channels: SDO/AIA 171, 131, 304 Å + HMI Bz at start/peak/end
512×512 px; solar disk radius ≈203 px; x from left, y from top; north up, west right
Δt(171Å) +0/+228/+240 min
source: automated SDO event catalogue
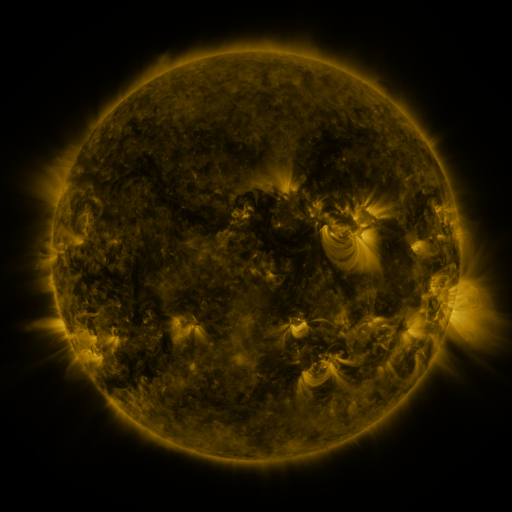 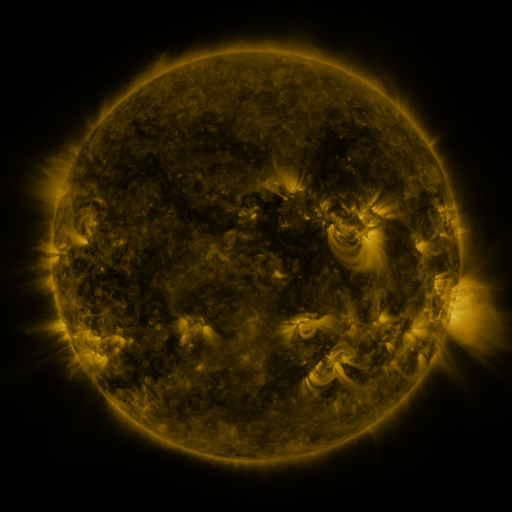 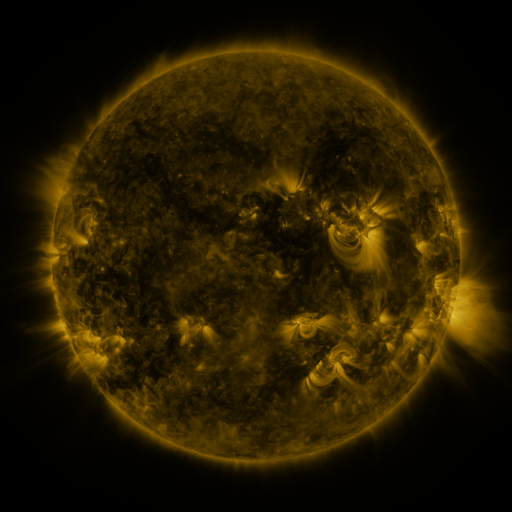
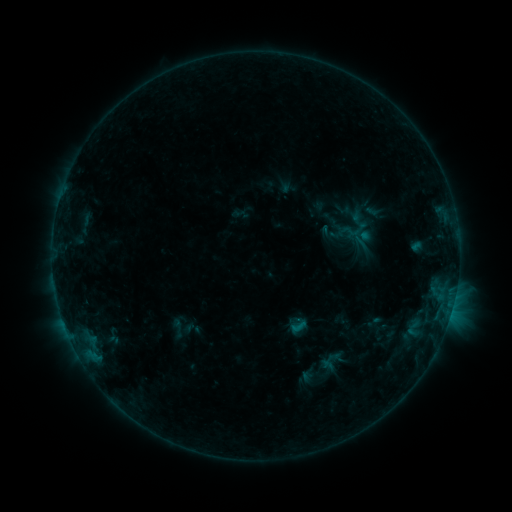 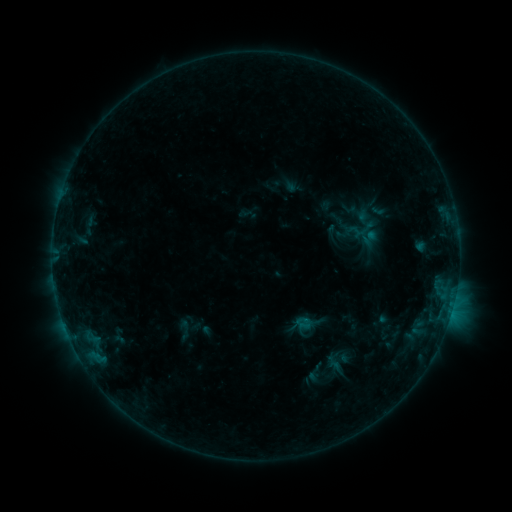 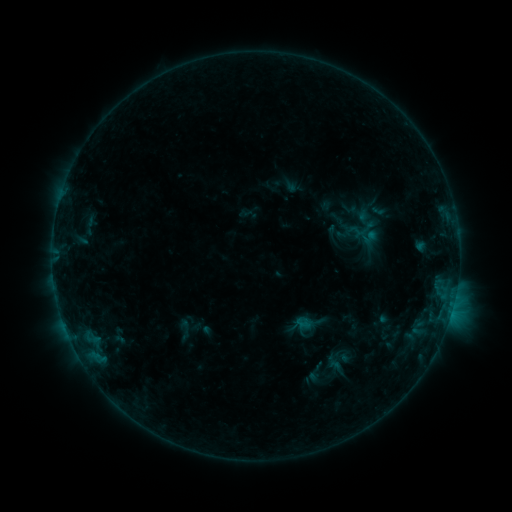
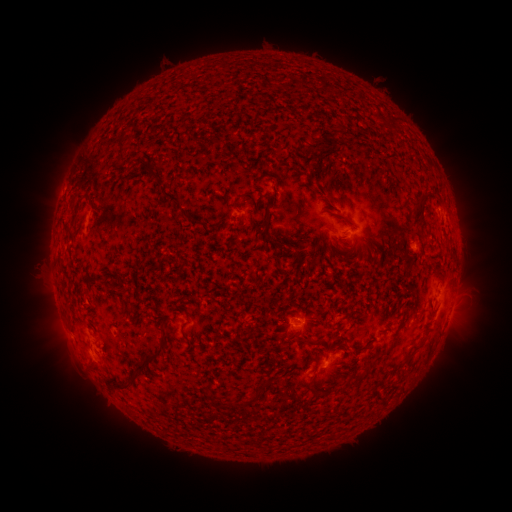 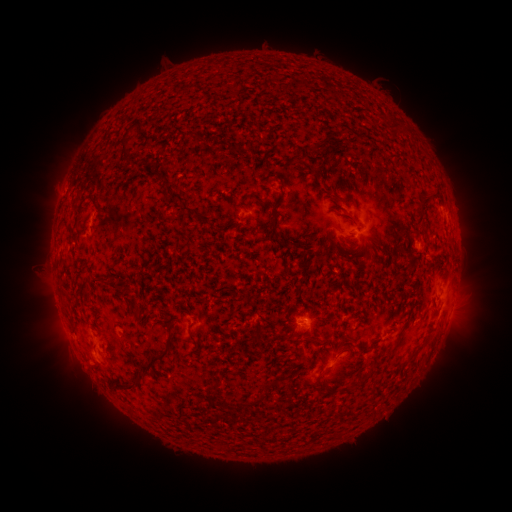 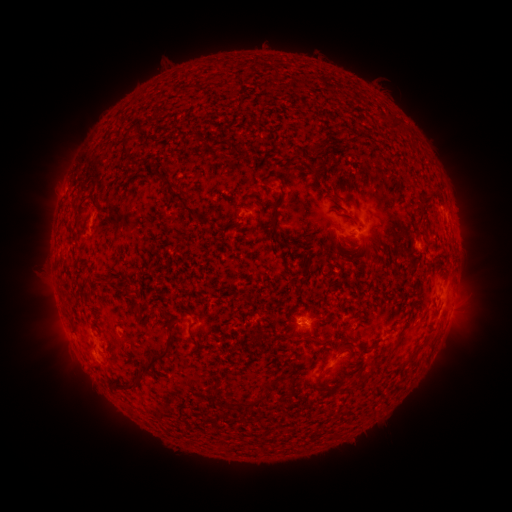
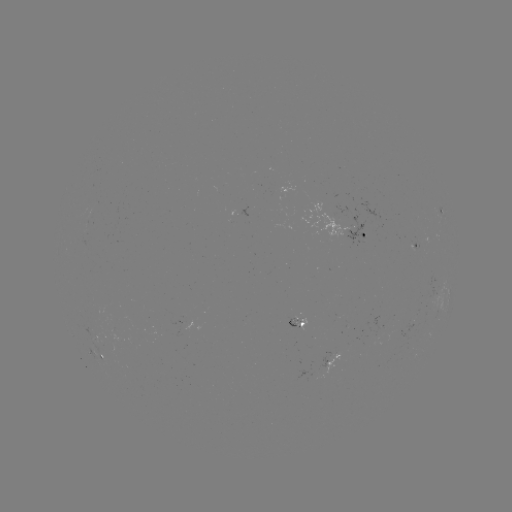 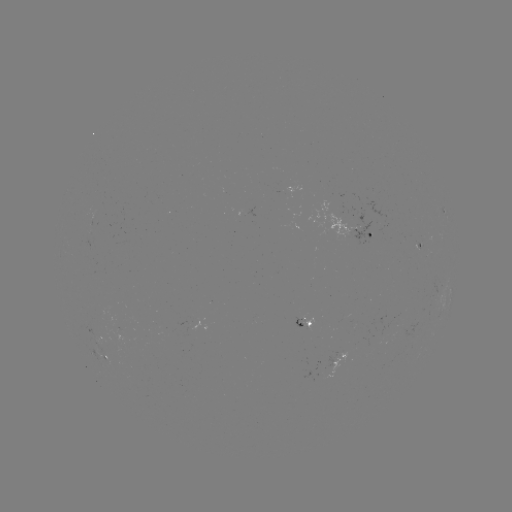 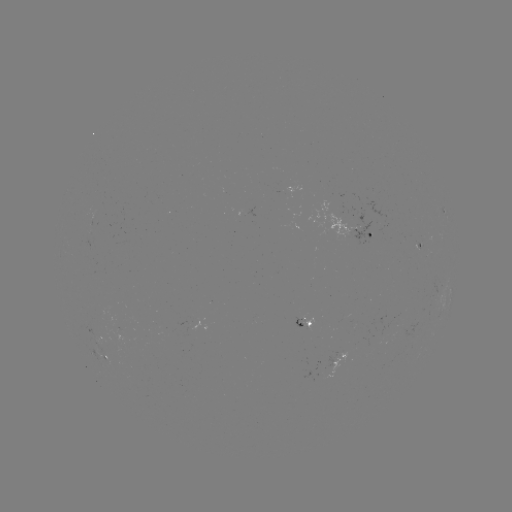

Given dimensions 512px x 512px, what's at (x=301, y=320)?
emerging-flux region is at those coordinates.